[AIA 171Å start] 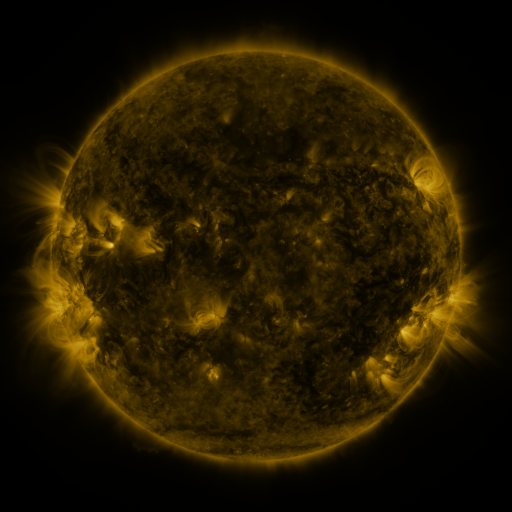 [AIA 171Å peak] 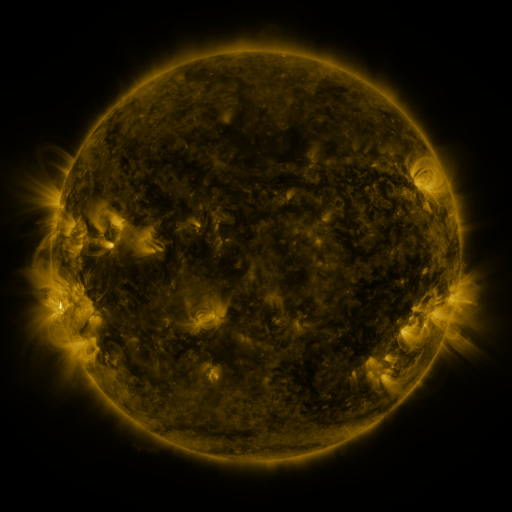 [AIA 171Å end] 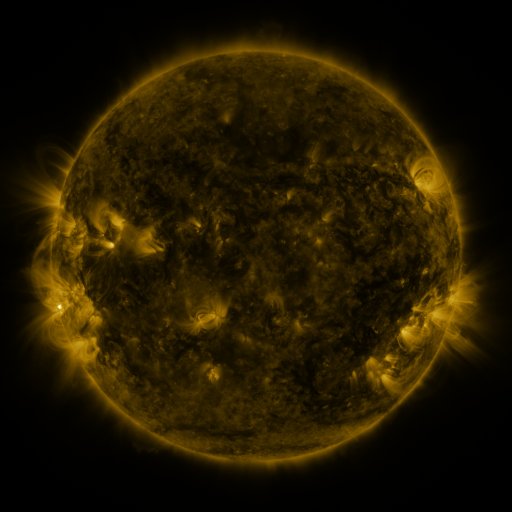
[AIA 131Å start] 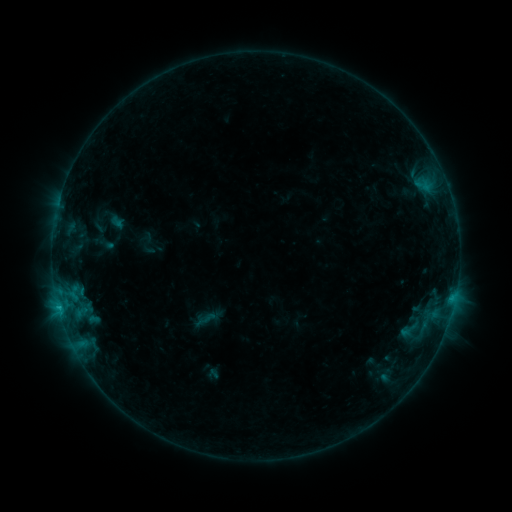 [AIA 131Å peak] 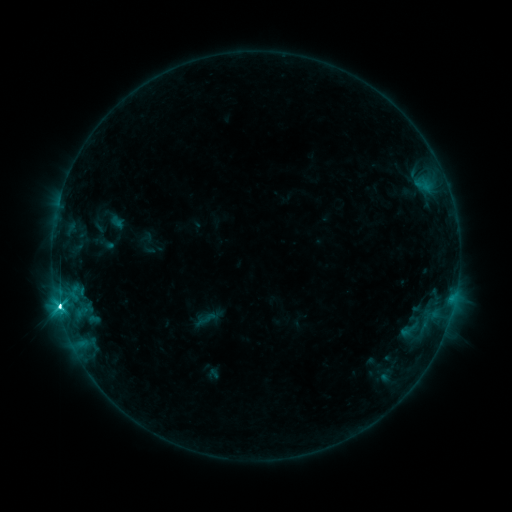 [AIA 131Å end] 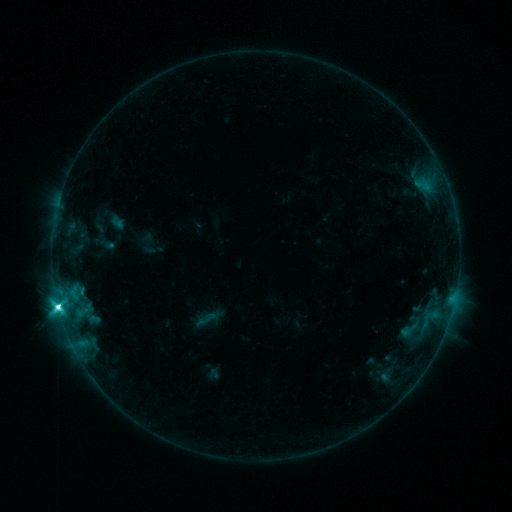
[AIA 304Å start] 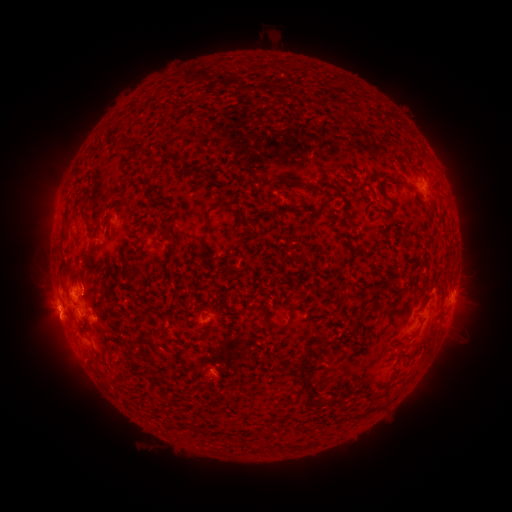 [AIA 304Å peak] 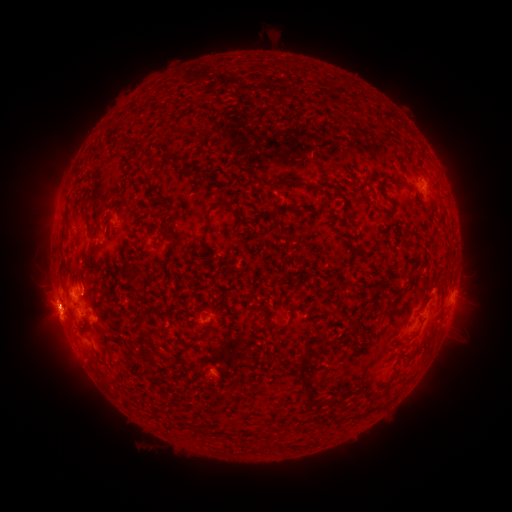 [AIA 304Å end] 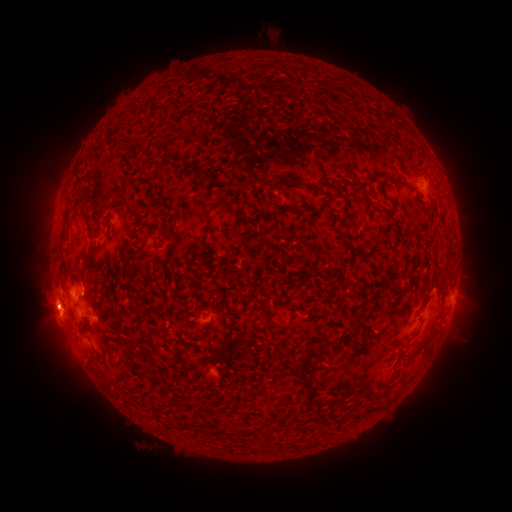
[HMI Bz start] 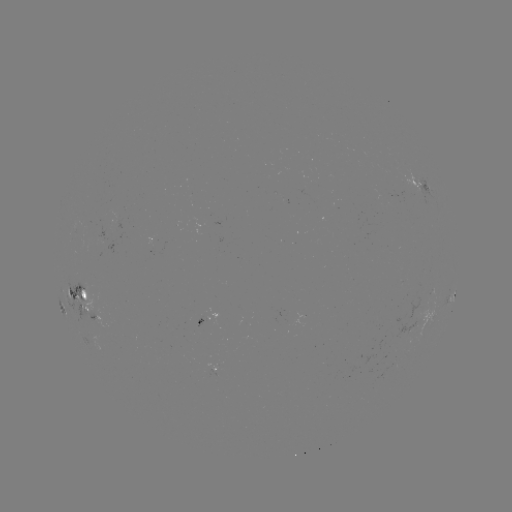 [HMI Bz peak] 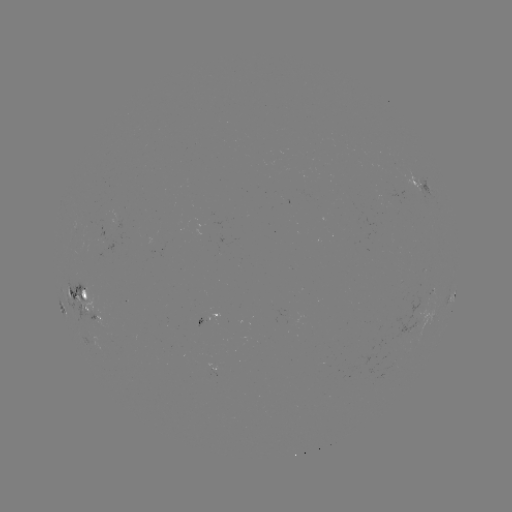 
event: flare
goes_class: M1.5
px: (60, 306)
